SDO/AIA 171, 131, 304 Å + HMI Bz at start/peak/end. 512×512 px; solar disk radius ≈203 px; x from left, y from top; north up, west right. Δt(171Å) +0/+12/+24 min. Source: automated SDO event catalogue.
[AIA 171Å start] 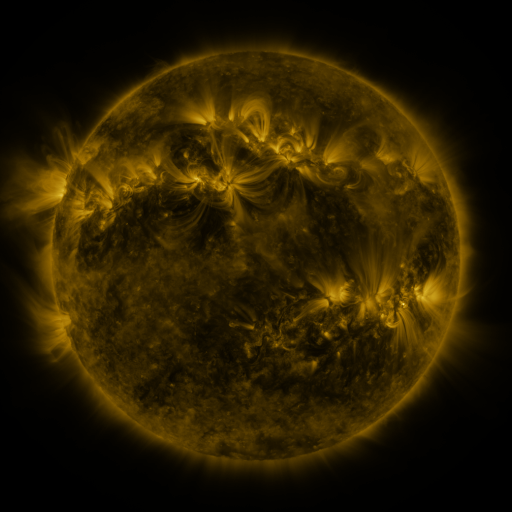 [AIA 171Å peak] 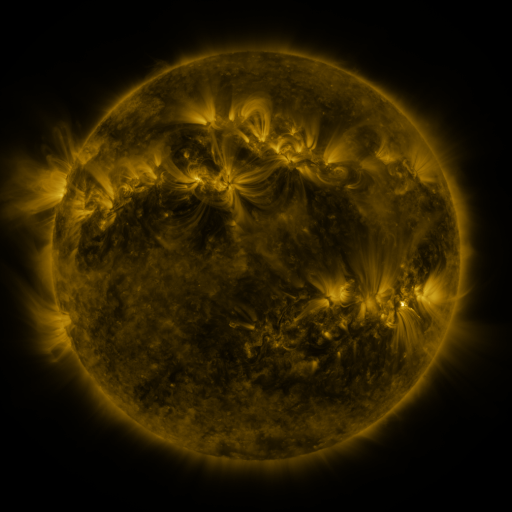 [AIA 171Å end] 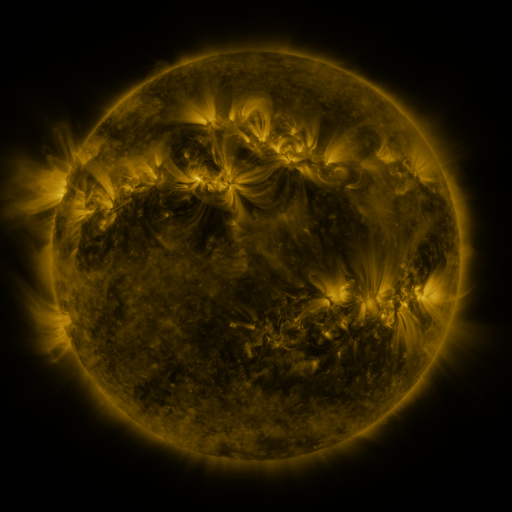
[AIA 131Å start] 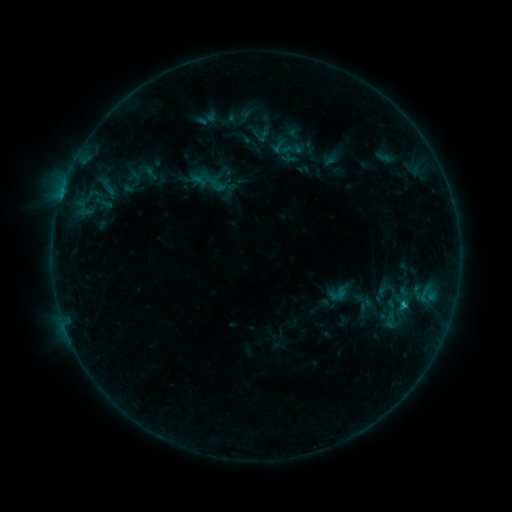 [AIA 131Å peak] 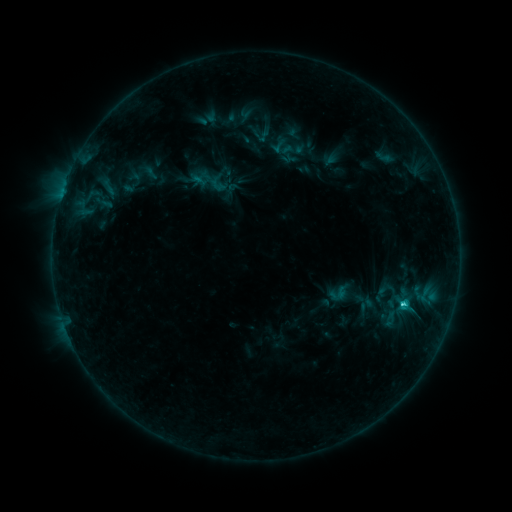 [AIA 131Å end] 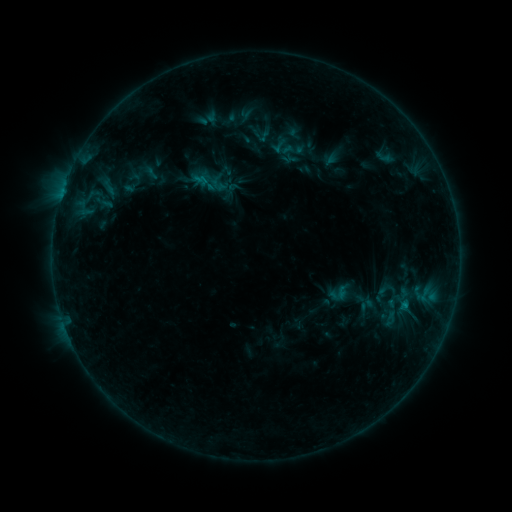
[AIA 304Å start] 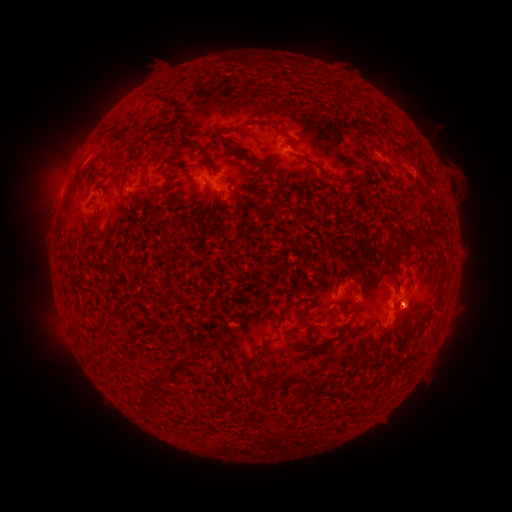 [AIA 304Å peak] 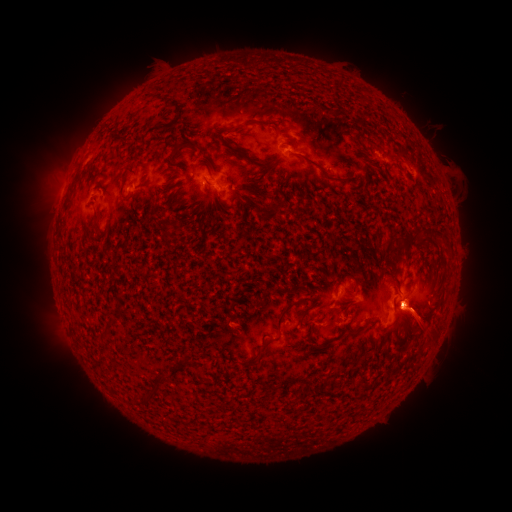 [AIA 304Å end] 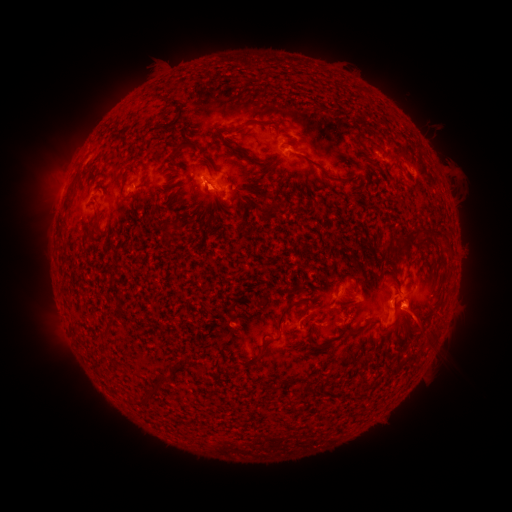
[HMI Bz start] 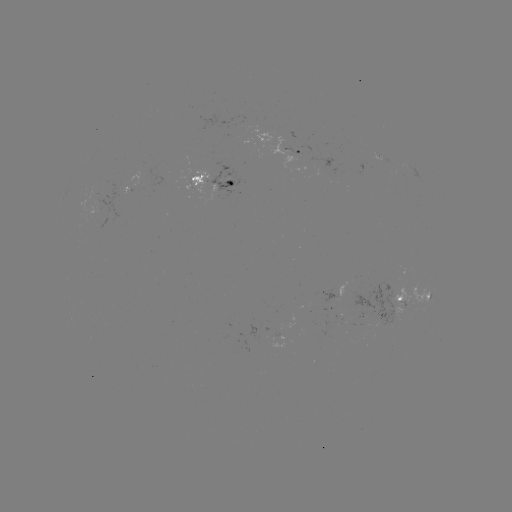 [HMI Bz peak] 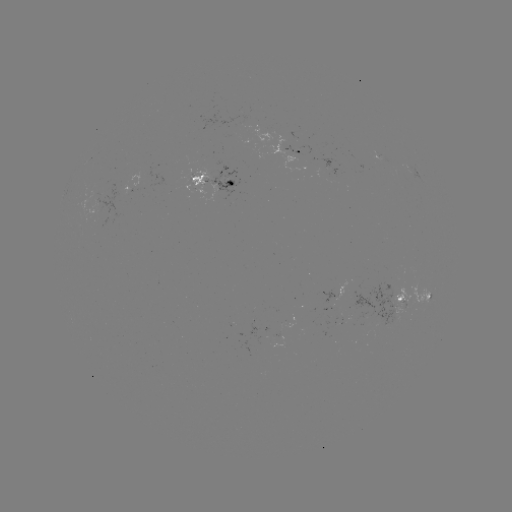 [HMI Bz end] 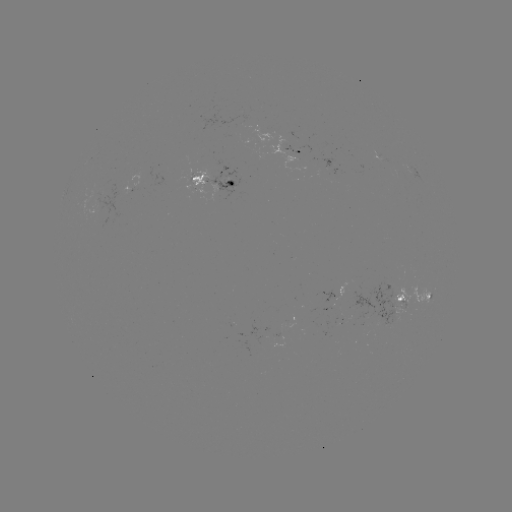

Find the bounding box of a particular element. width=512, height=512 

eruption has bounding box [374, 271, 446, 348].